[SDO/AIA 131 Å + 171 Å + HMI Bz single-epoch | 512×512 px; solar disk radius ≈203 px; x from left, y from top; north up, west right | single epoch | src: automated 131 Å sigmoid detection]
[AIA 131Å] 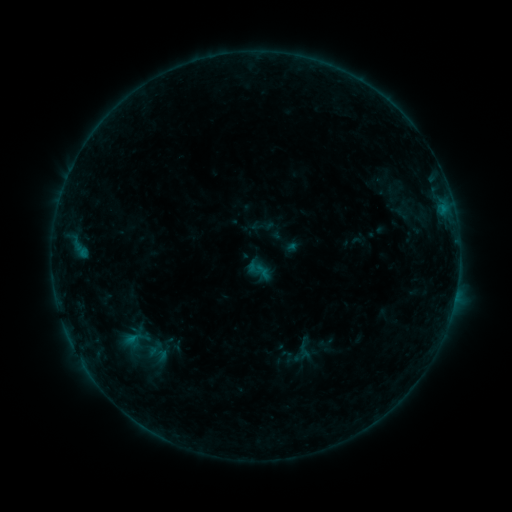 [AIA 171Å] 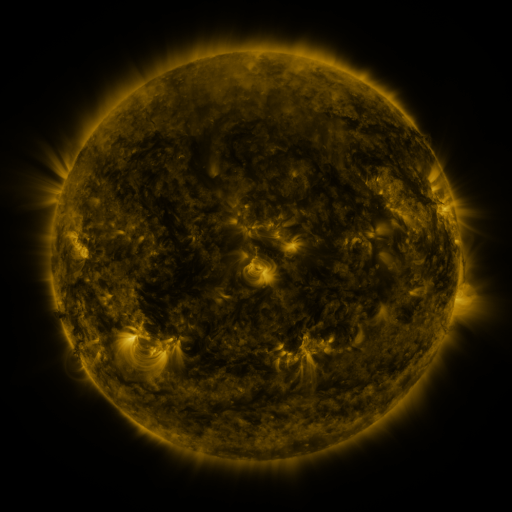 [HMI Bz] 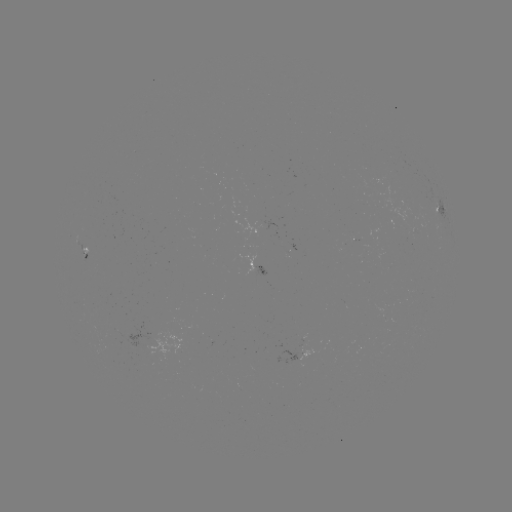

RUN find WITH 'sigmoid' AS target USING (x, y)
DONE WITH (302, 350) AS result